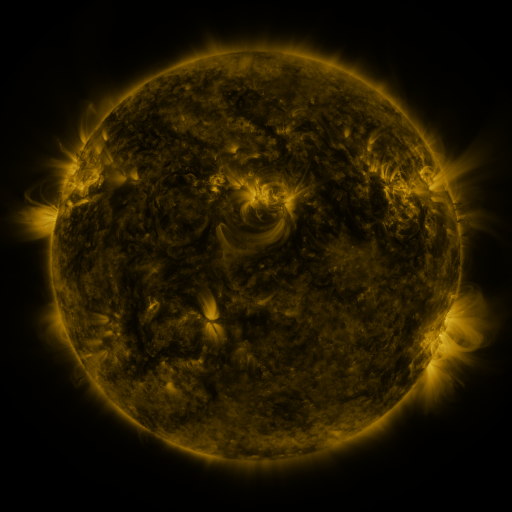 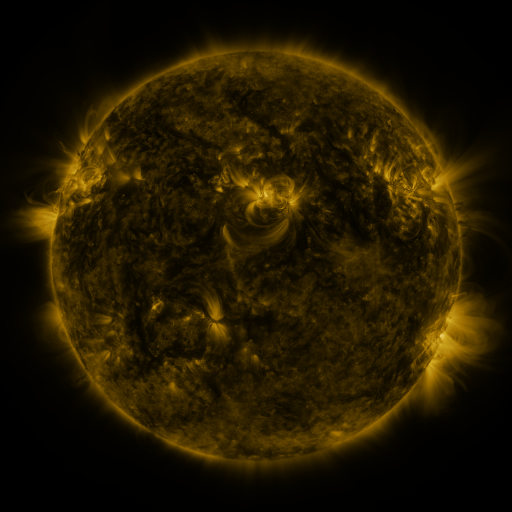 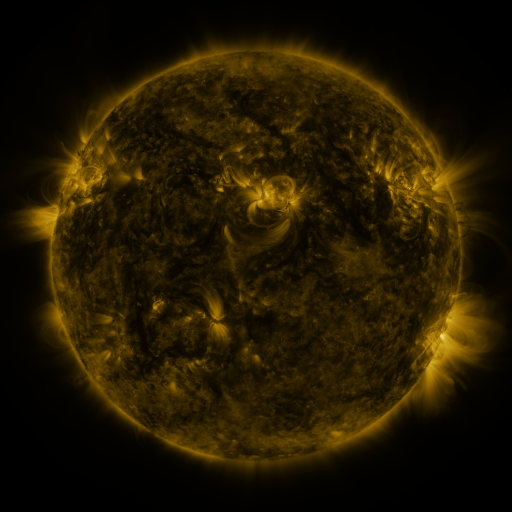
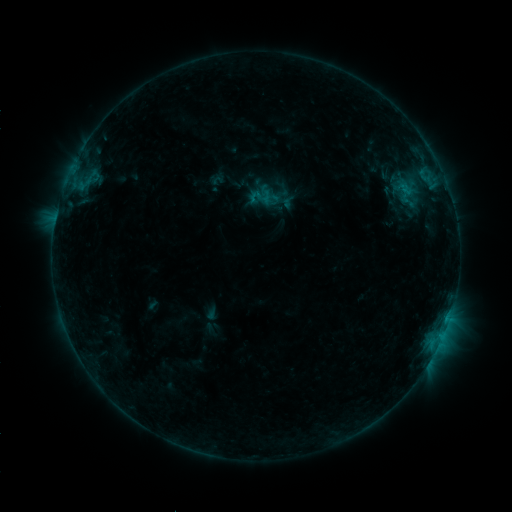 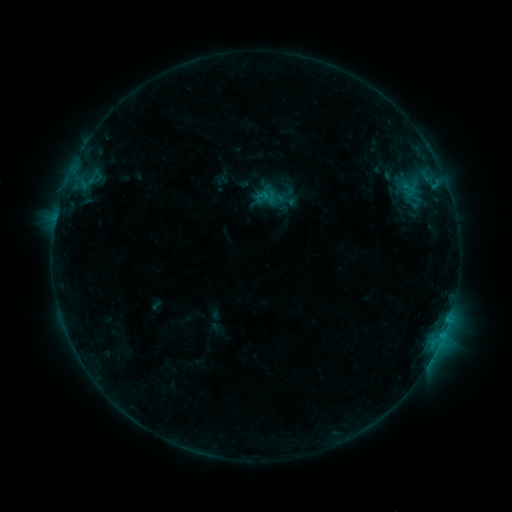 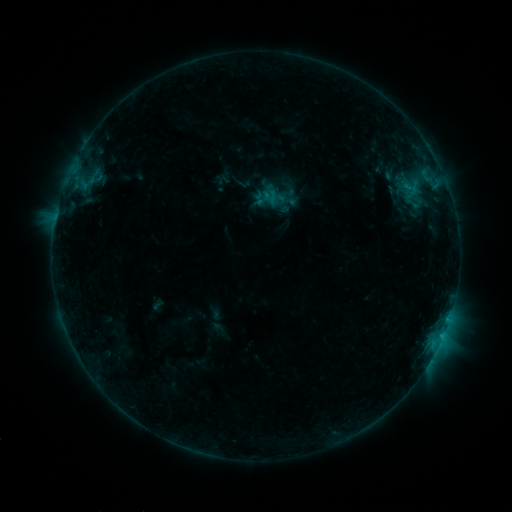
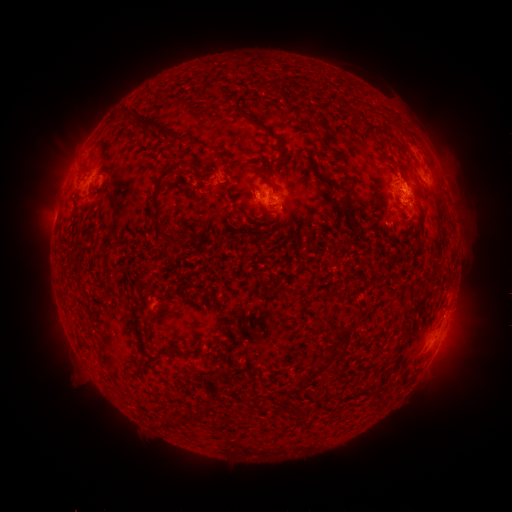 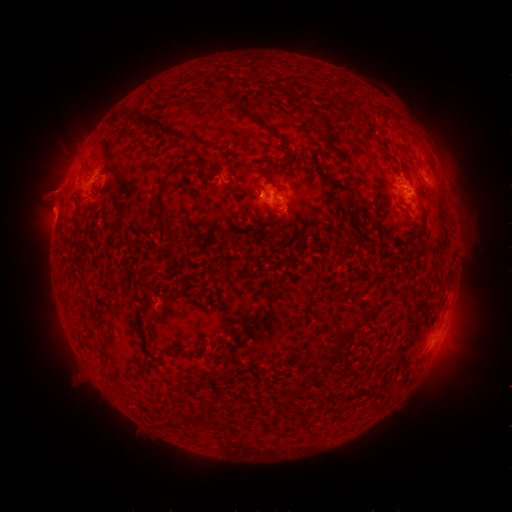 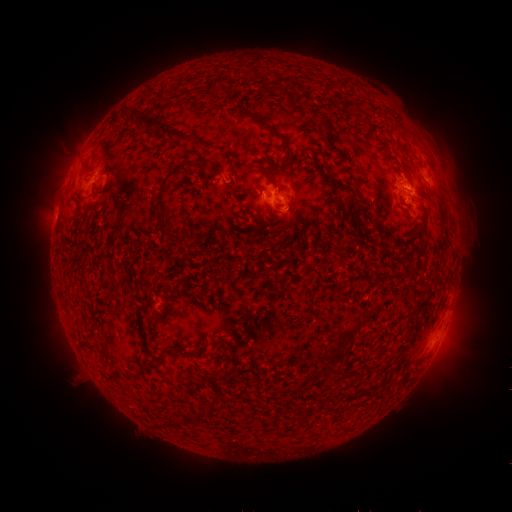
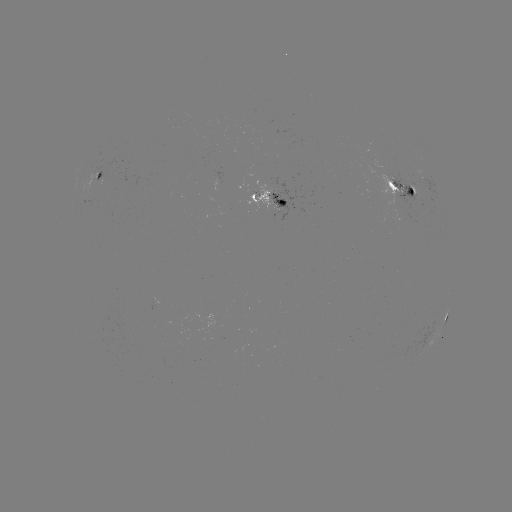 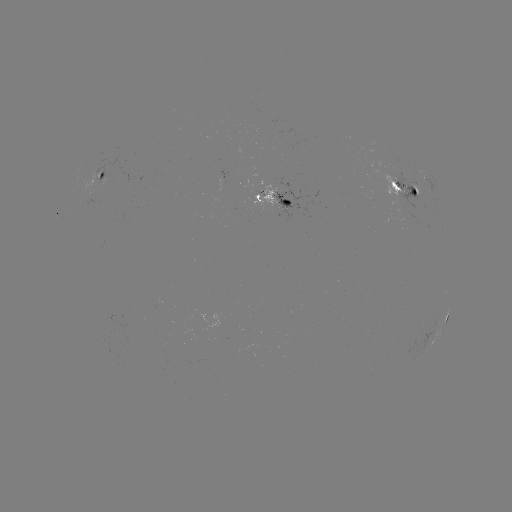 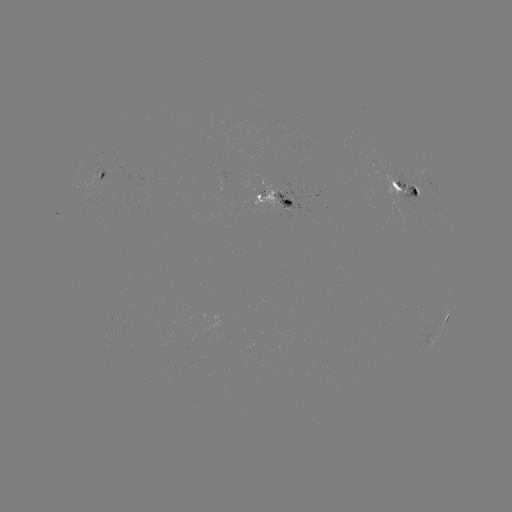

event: emerging-flux region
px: (158, 309)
